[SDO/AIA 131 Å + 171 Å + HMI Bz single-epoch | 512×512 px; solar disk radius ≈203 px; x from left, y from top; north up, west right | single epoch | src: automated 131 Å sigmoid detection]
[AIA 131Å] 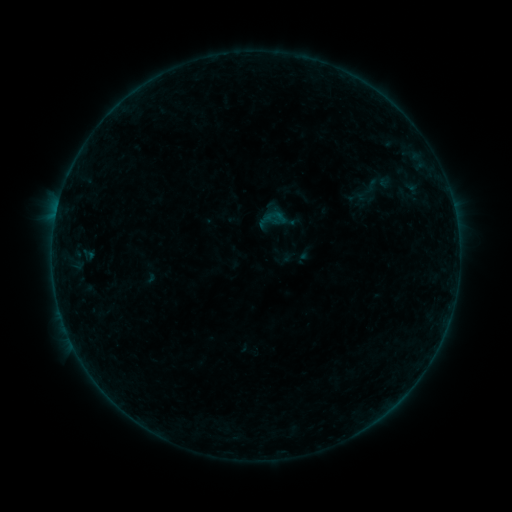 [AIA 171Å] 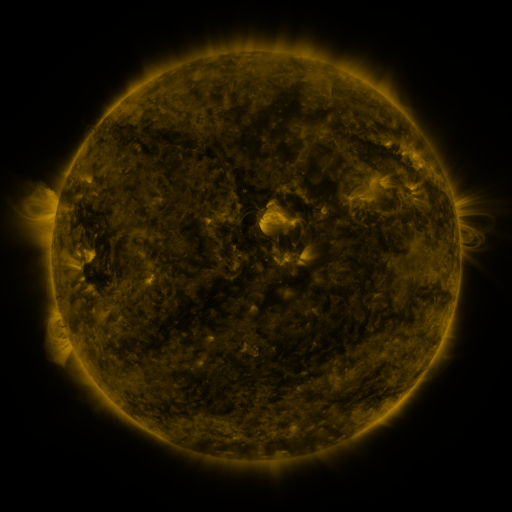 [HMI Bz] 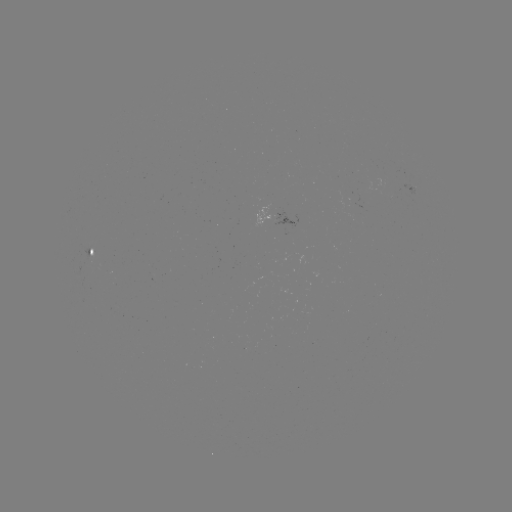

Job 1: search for sigmoid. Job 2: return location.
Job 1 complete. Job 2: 367,193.